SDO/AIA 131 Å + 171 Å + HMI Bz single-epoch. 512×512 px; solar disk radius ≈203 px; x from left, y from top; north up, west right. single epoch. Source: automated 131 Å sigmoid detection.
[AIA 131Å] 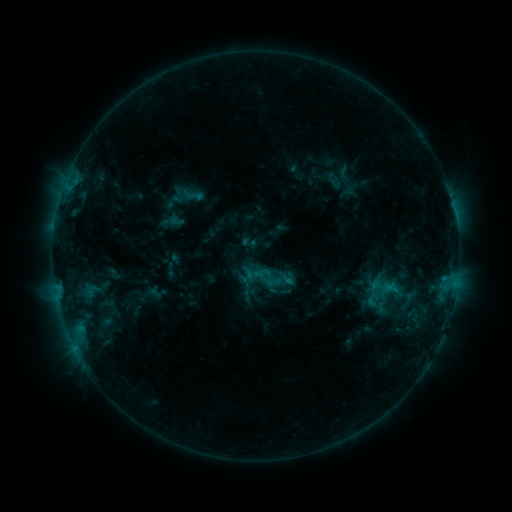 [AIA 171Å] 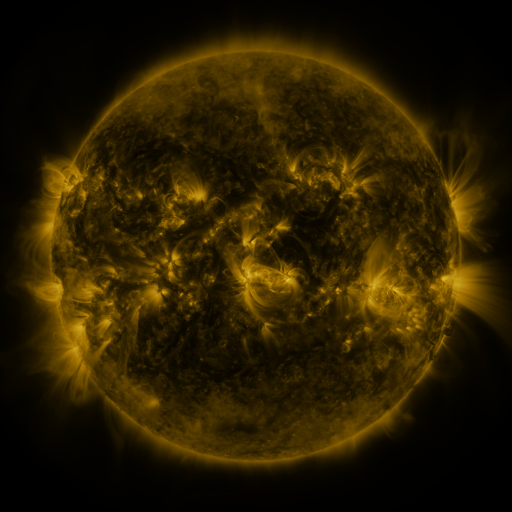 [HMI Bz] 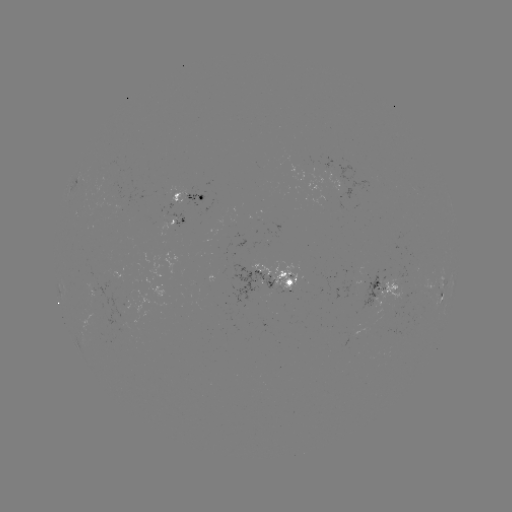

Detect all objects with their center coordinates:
sigmoid: [173, 187, 194, 207]
sigmoid: [264, 273, 281, 290]
